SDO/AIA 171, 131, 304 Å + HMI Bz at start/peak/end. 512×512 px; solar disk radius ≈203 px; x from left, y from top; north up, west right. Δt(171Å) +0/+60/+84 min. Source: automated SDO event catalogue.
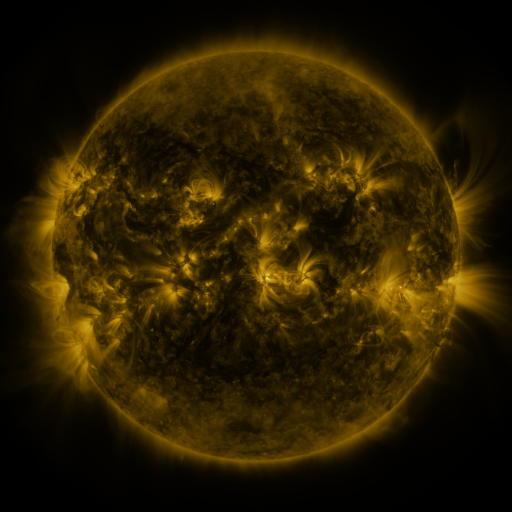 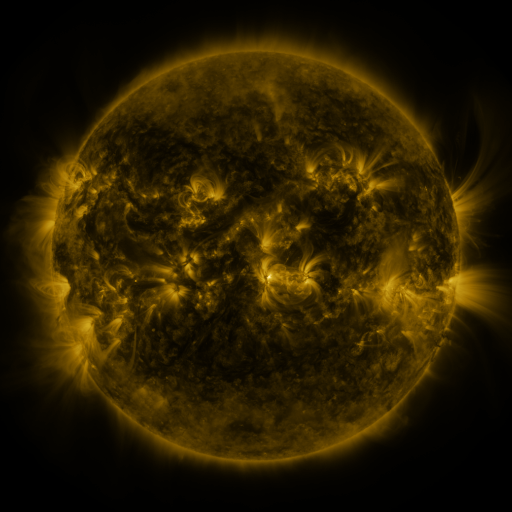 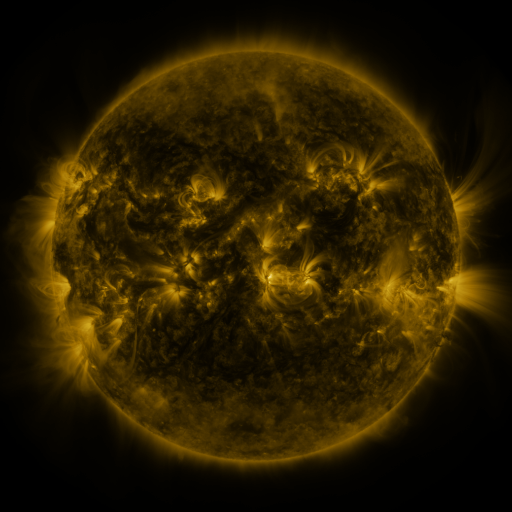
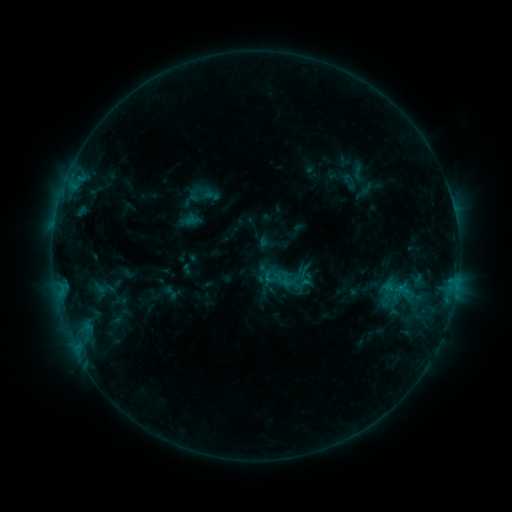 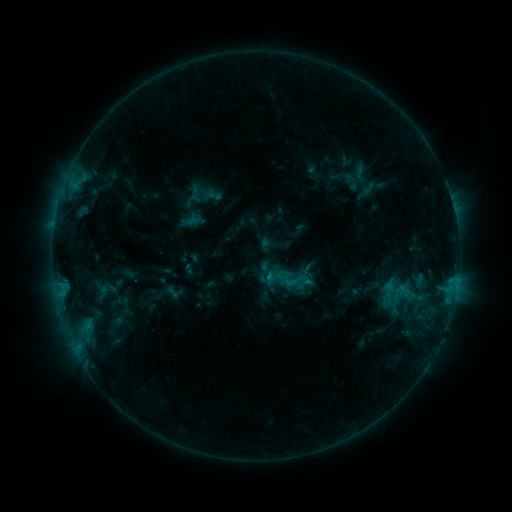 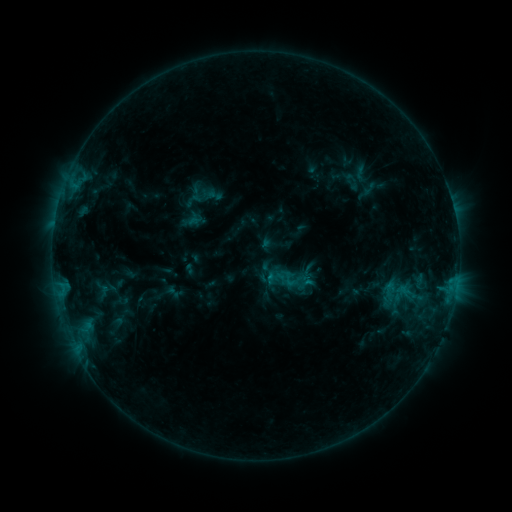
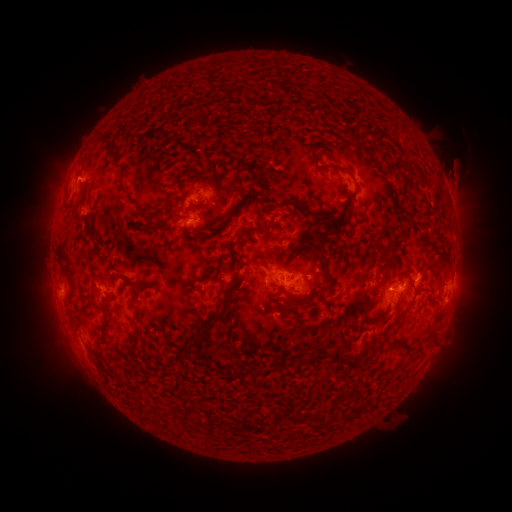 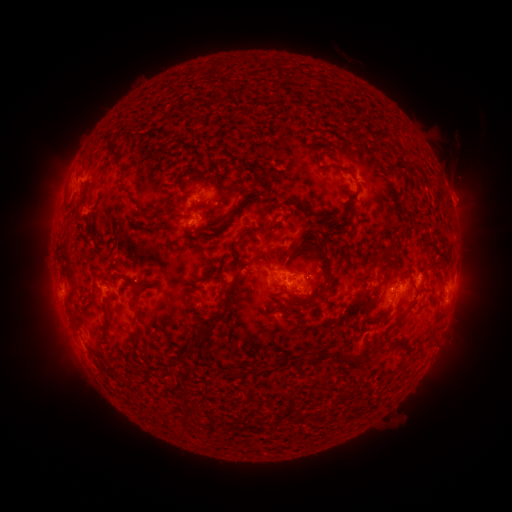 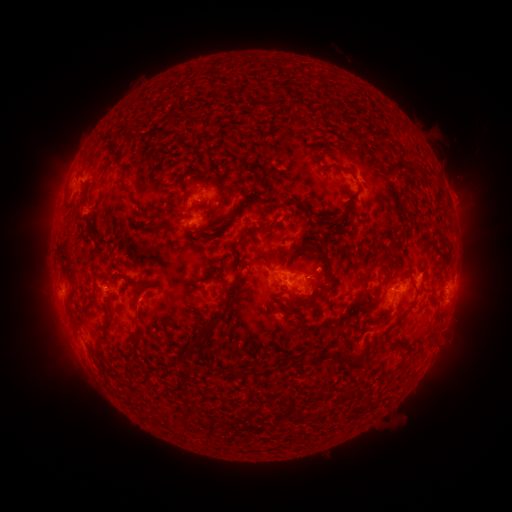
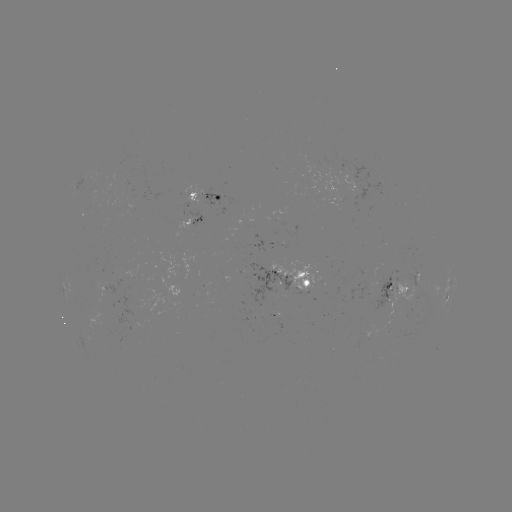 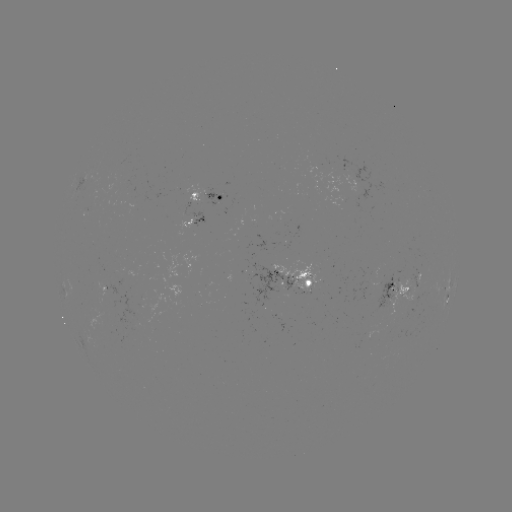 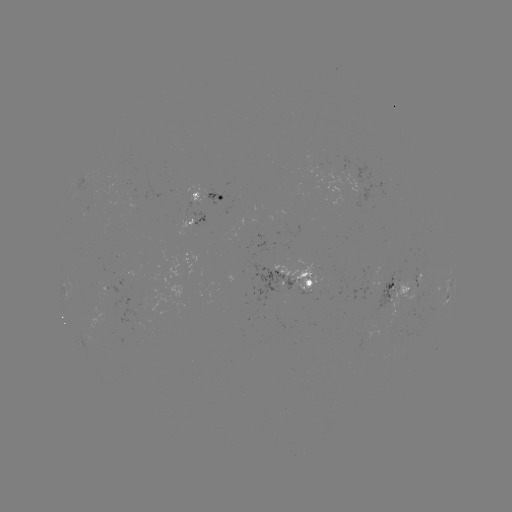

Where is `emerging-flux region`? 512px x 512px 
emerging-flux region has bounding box [410, 267, 417, 292].